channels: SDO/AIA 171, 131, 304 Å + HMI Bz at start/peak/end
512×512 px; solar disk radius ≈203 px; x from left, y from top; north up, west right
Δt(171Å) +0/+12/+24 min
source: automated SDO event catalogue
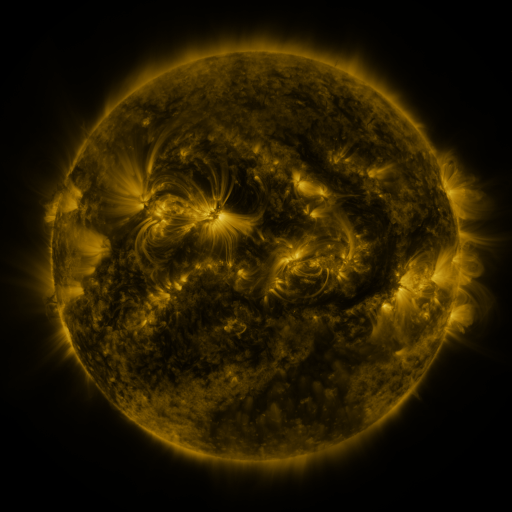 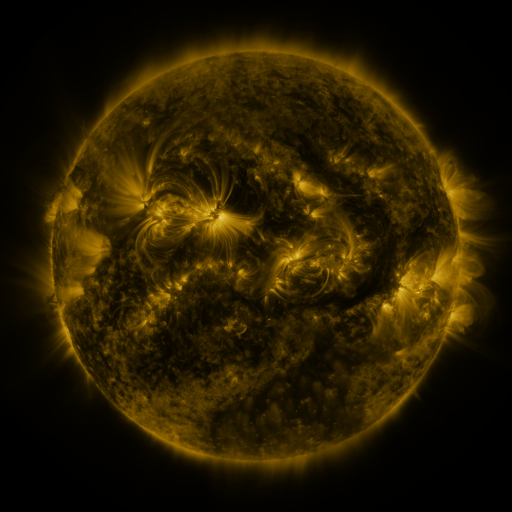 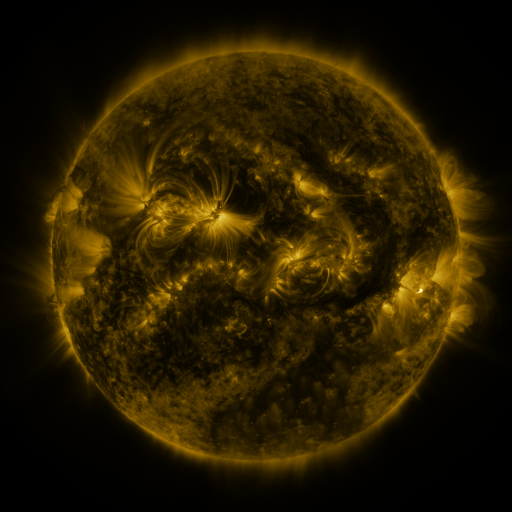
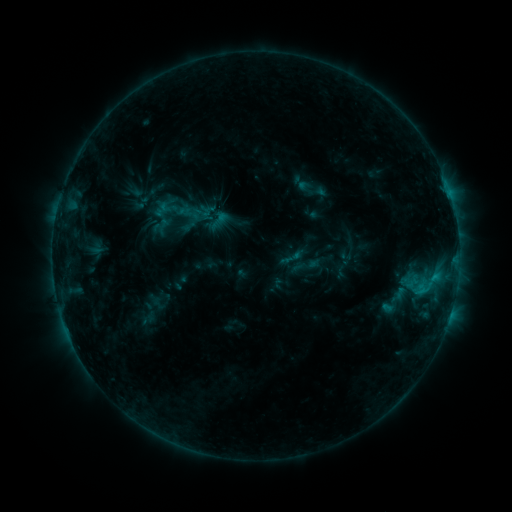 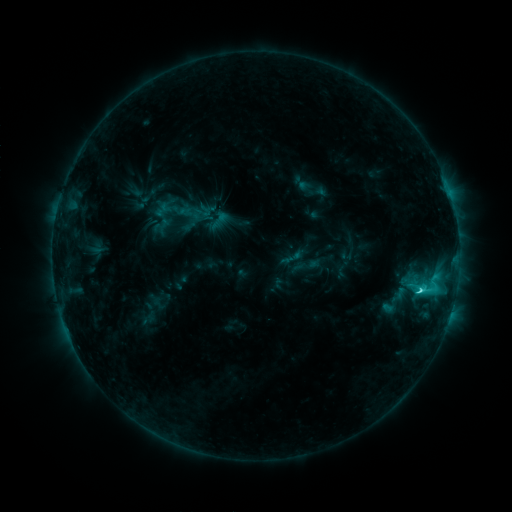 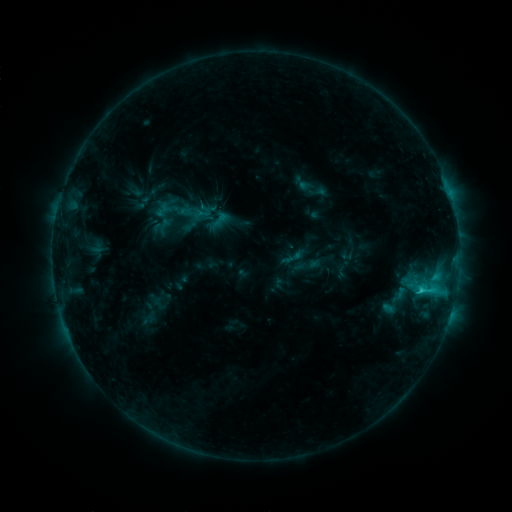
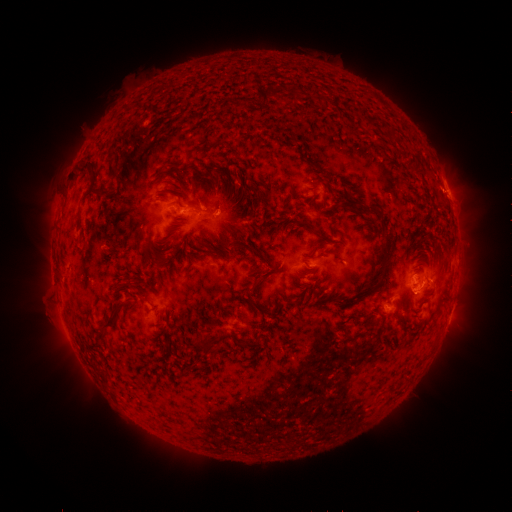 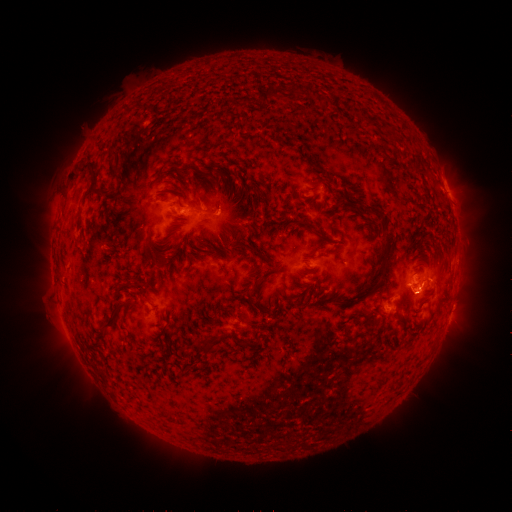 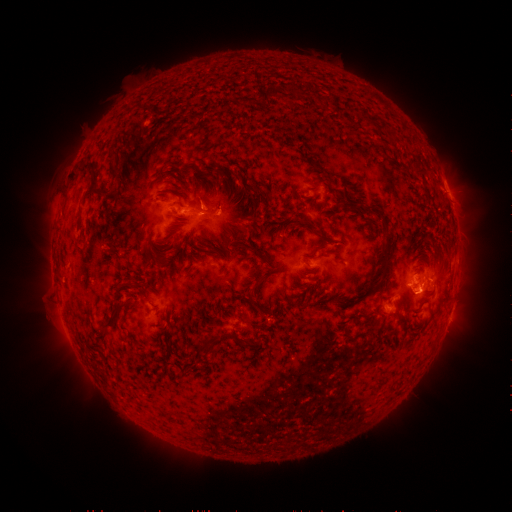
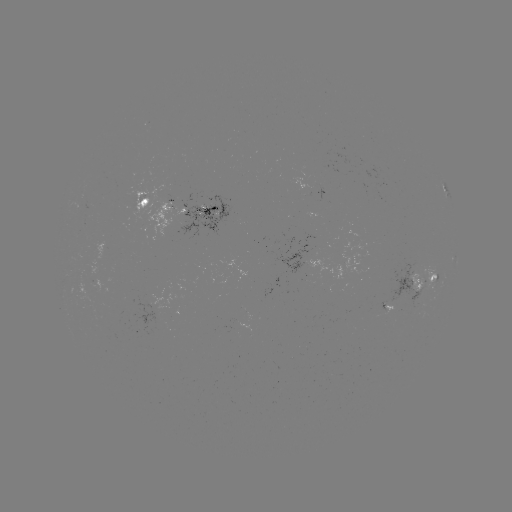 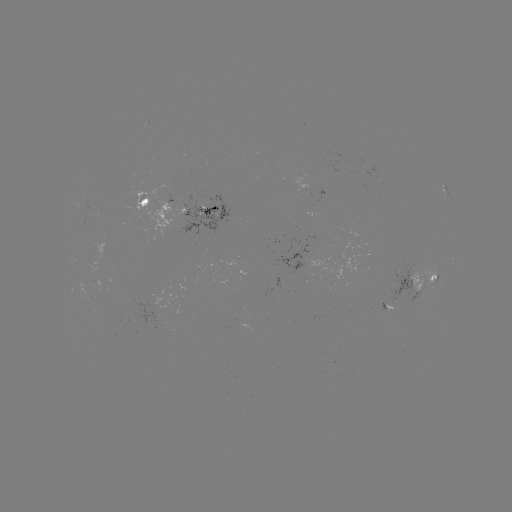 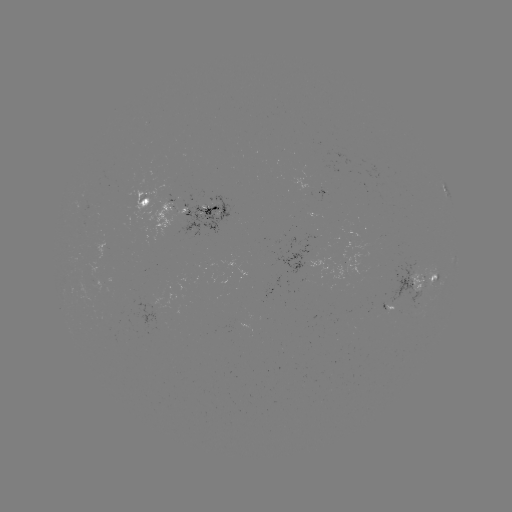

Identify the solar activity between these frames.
C3.0 flare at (418, 289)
